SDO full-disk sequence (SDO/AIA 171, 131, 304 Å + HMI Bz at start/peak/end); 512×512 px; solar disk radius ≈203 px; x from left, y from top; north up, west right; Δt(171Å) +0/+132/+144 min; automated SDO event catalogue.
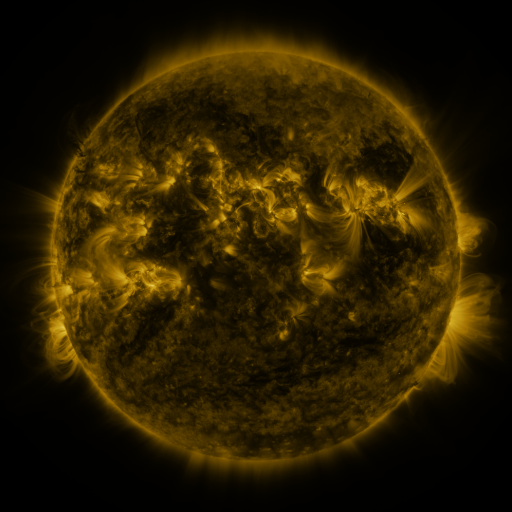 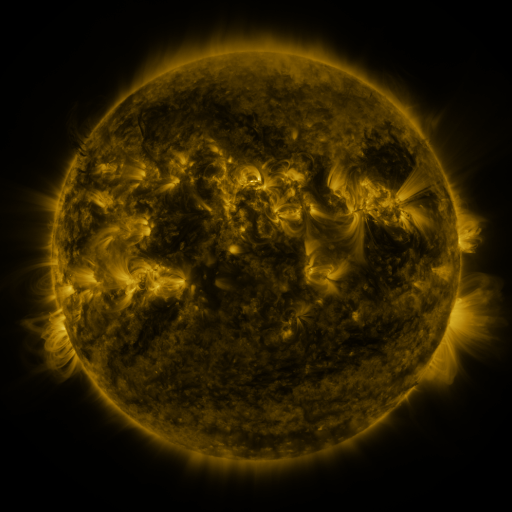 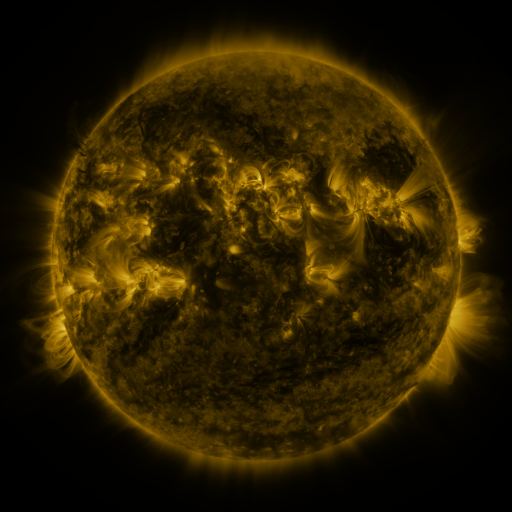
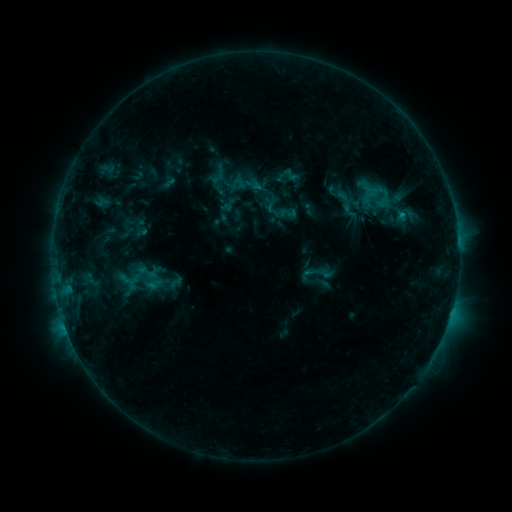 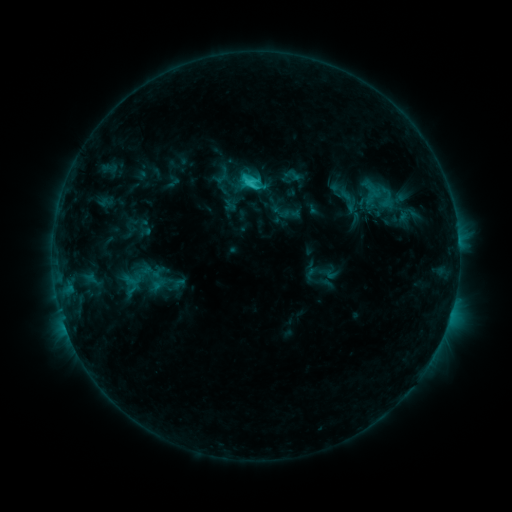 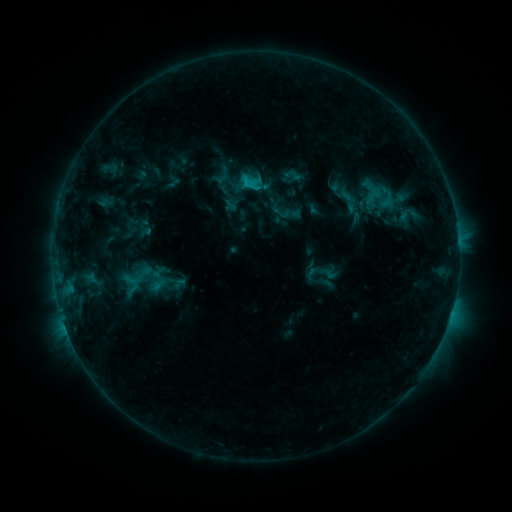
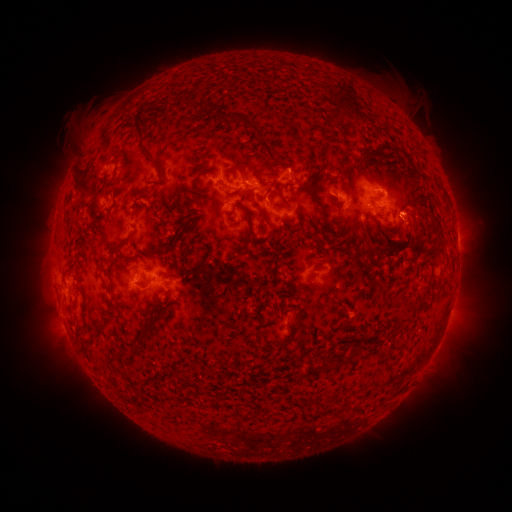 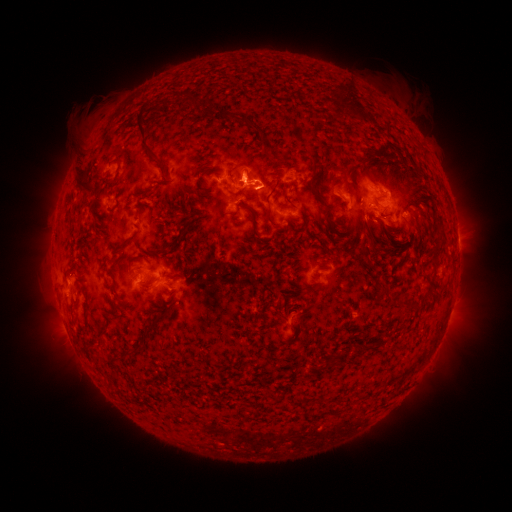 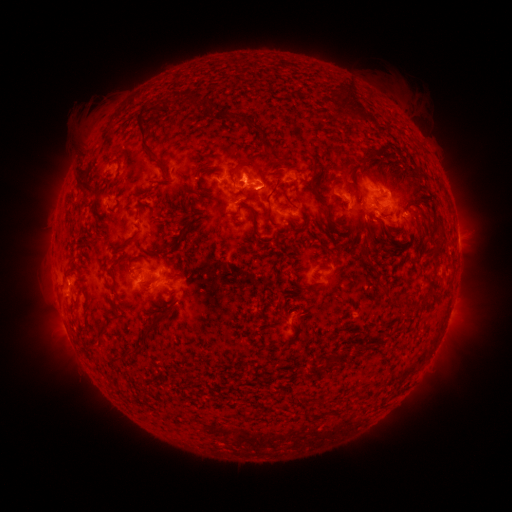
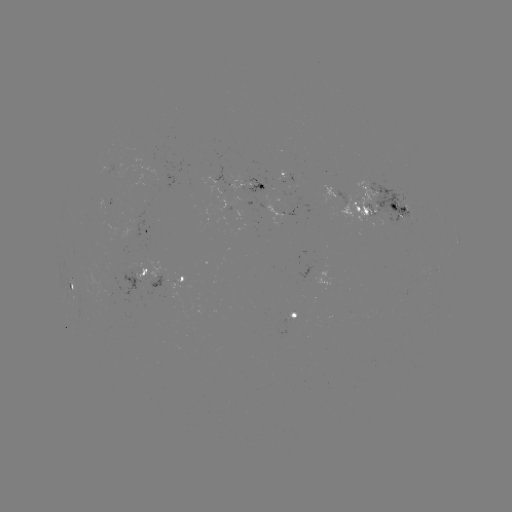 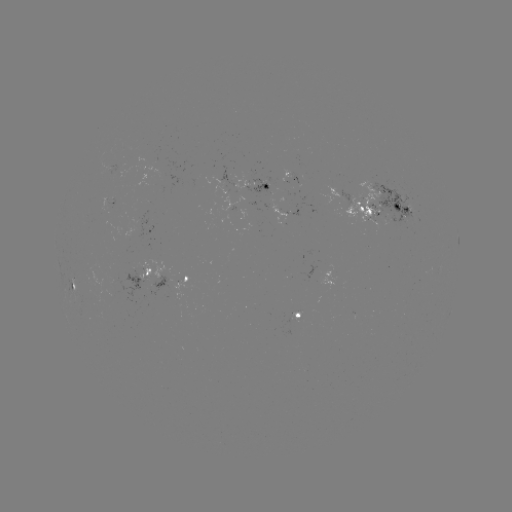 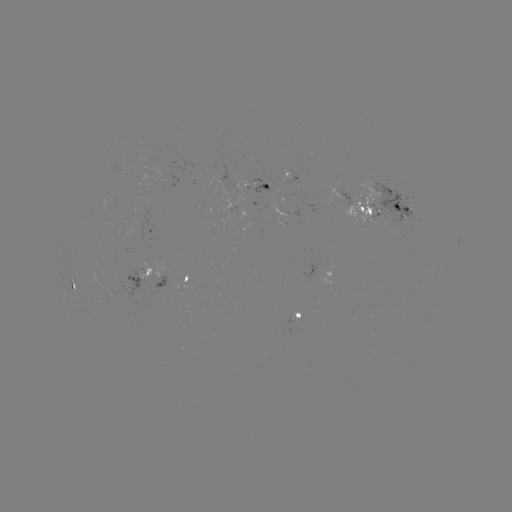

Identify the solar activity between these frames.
emerging-flux region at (297, 313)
